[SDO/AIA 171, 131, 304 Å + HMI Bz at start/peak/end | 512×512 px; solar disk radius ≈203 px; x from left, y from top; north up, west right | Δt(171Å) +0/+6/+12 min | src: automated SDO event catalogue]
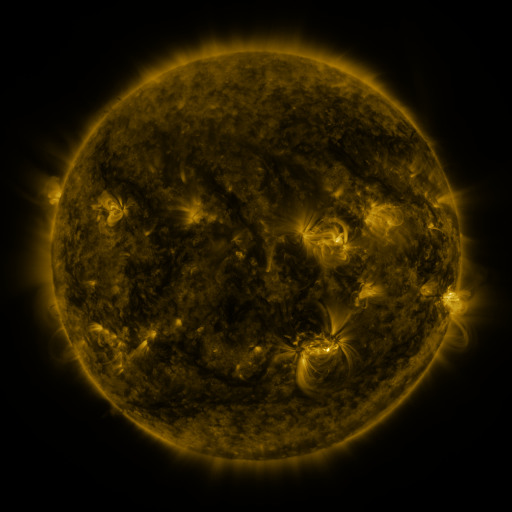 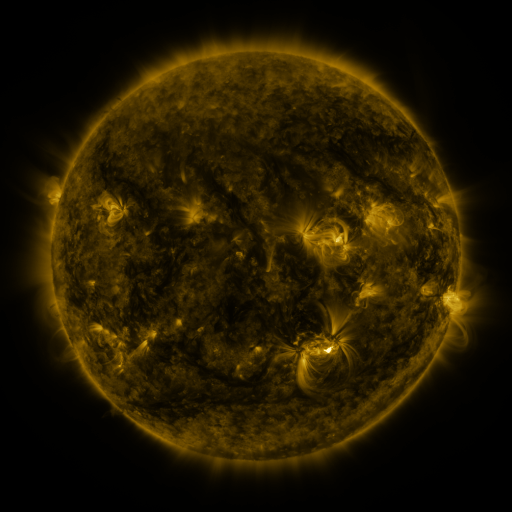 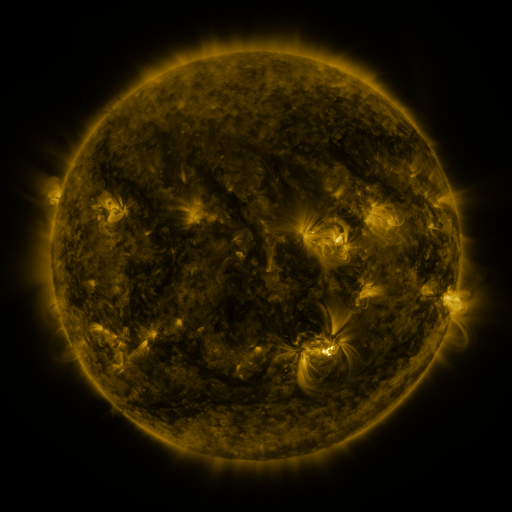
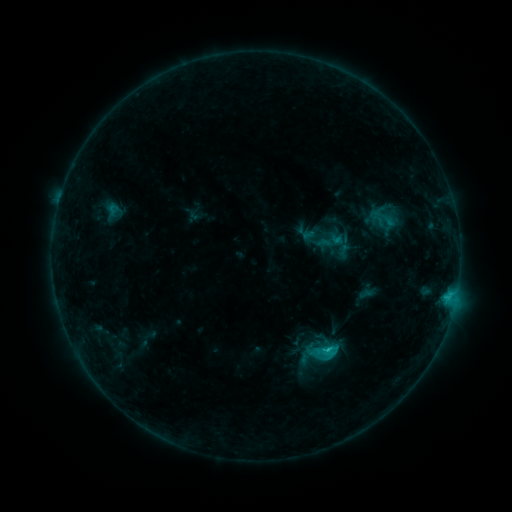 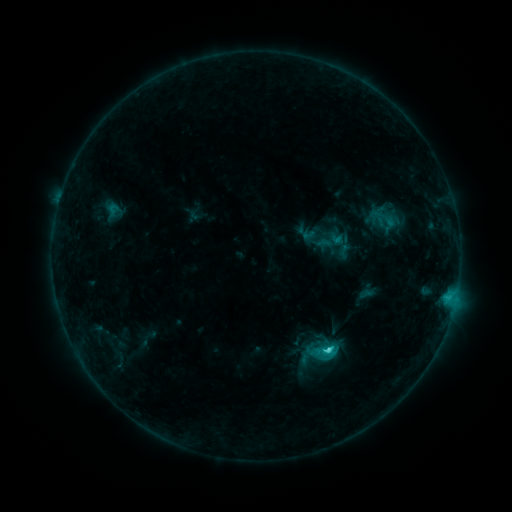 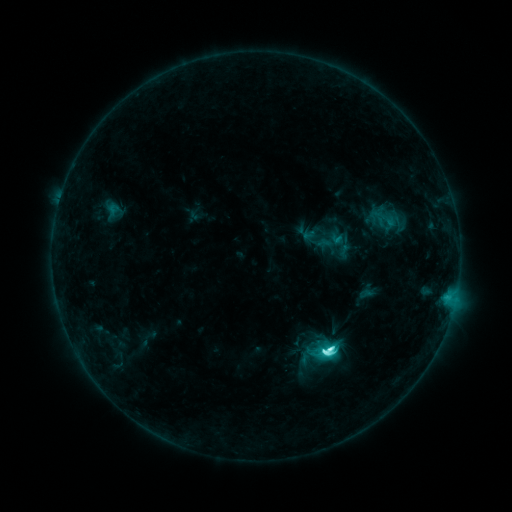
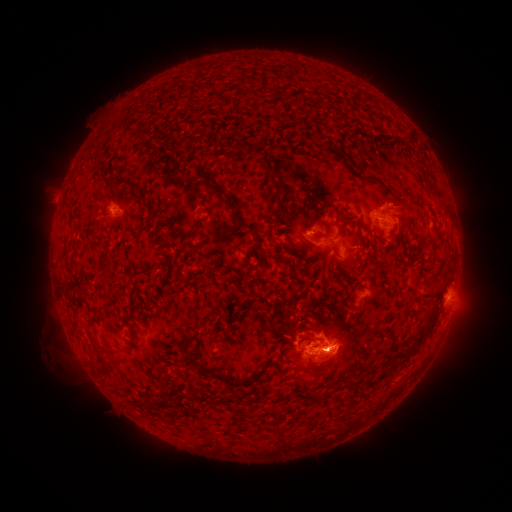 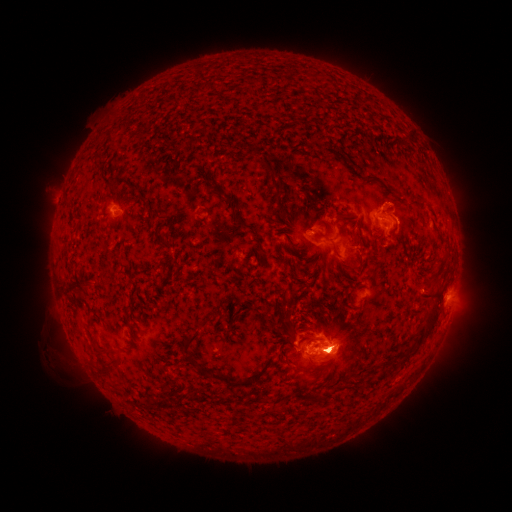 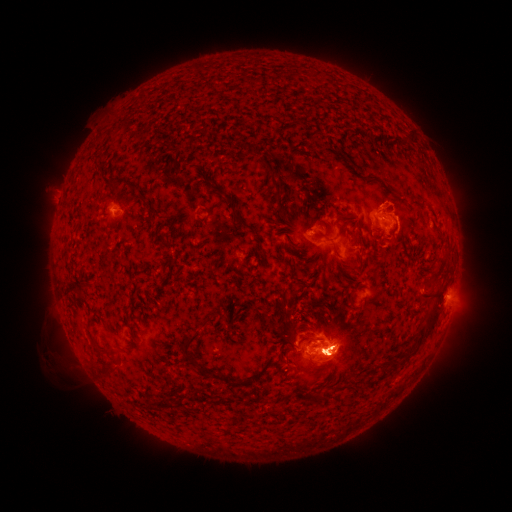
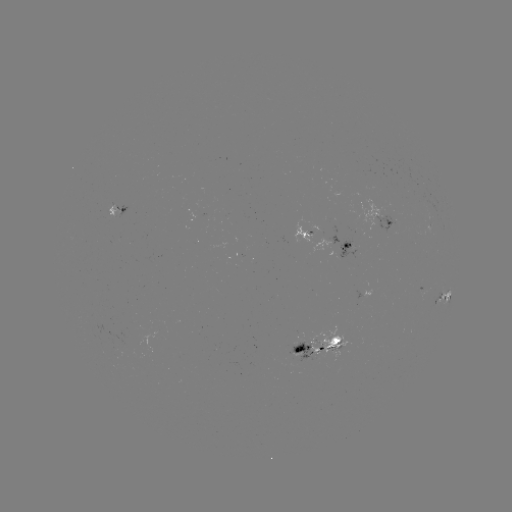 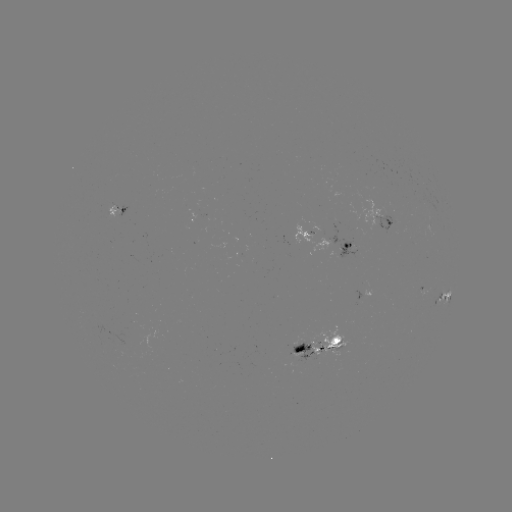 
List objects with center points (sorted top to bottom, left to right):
eruption: (331, 288)
